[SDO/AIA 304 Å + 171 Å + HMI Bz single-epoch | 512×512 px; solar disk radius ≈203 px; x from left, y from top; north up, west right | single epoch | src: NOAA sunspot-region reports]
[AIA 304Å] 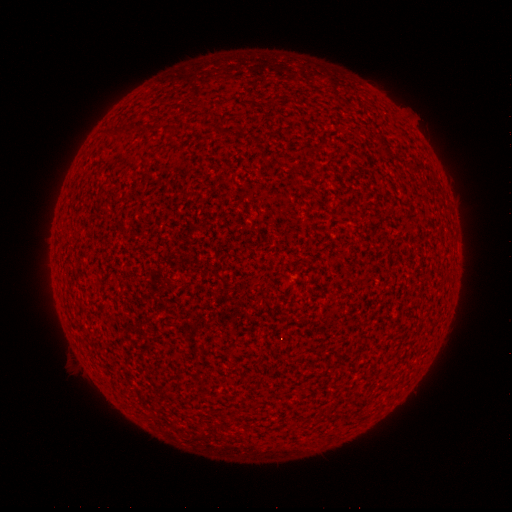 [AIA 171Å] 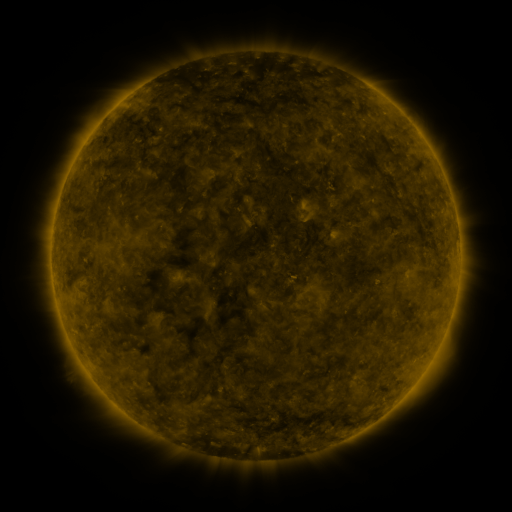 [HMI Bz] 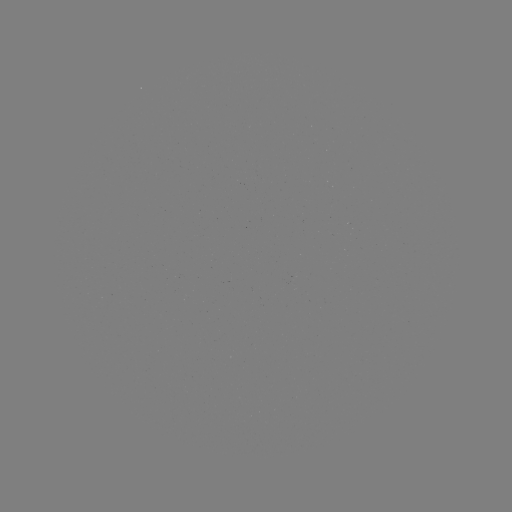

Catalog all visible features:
(none)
